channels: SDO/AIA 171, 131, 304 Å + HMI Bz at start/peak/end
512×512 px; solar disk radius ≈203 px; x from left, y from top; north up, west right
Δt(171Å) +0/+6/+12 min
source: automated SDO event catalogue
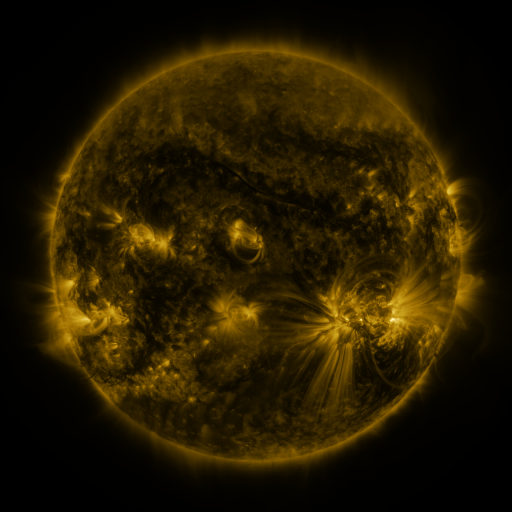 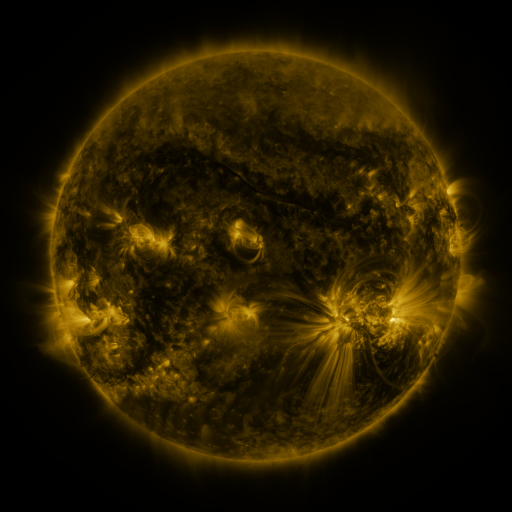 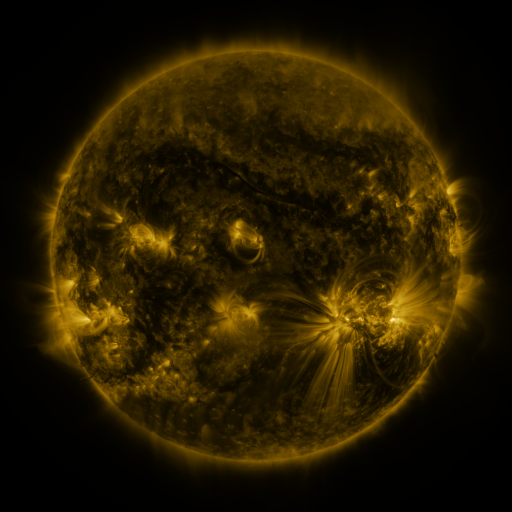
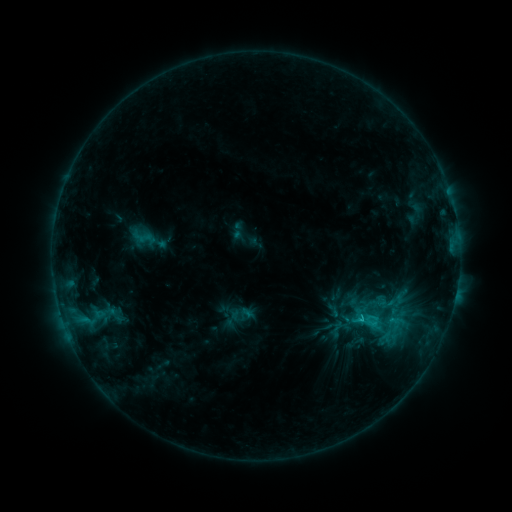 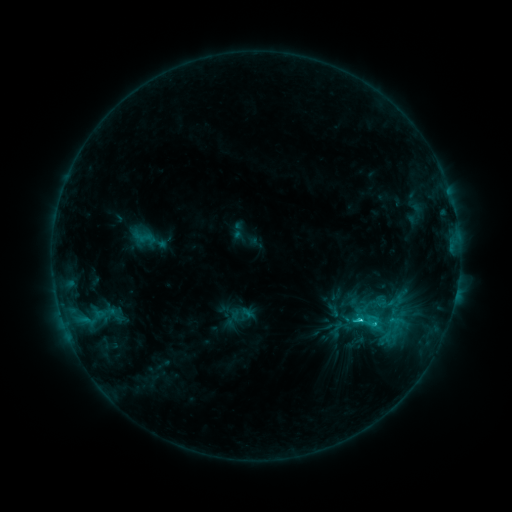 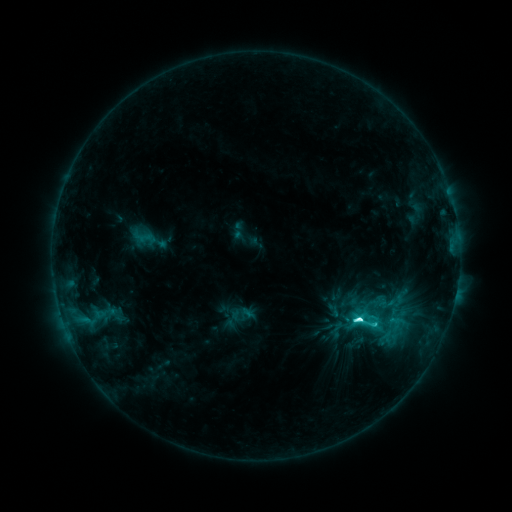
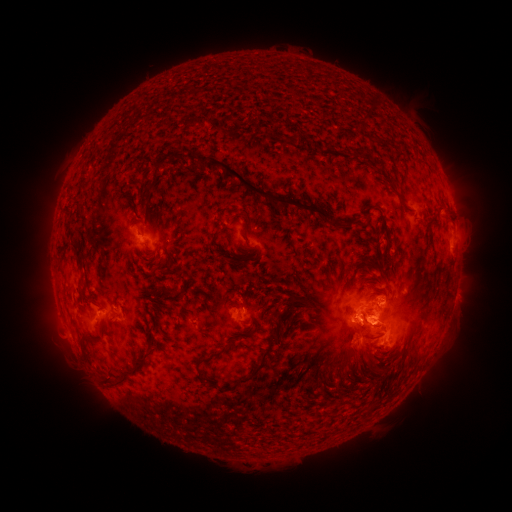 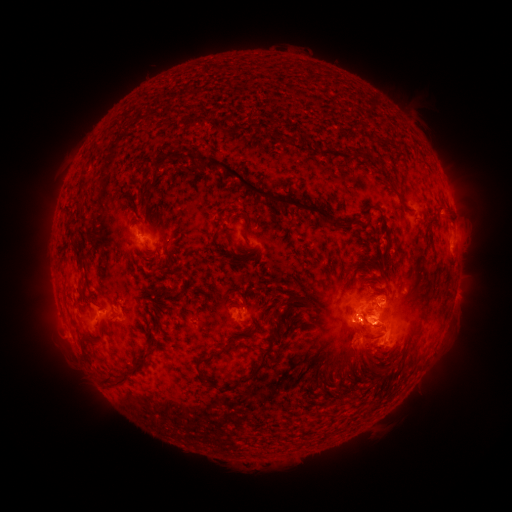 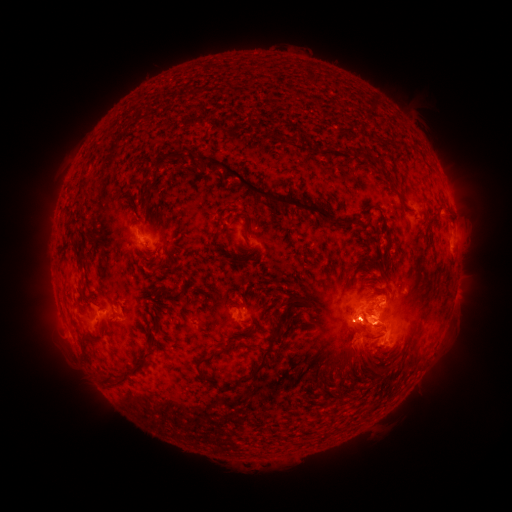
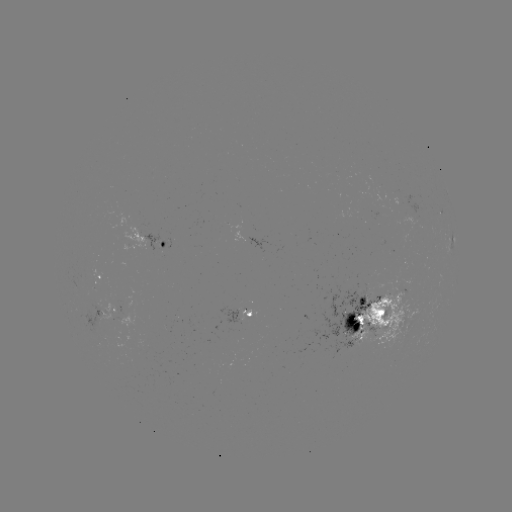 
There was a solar flare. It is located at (357, 319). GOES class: C9.5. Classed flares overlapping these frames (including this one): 1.